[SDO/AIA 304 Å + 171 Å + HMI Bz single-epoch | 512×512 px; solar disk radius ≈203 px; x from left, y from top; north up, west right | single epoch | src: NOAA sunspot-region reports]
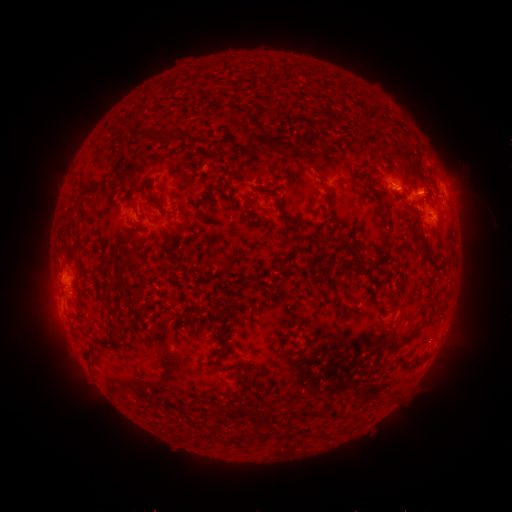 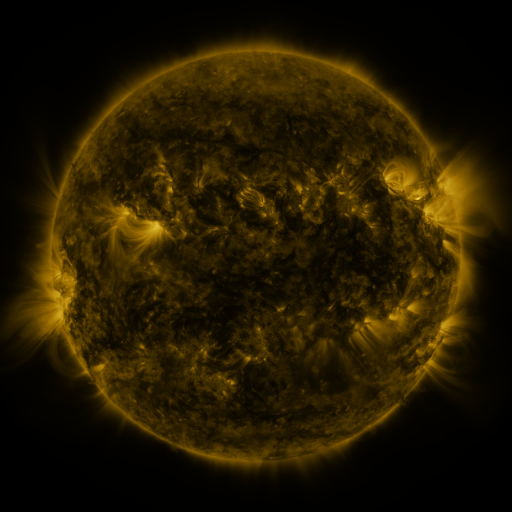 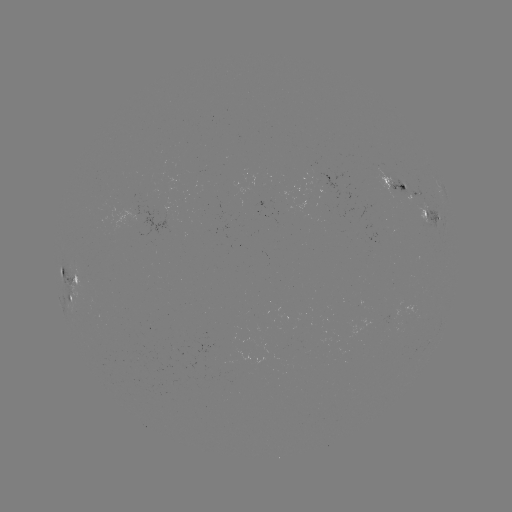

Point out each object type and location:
spotted active region: (392, 180)
spotted active region: (417, 194)
spotted active region: (432, 215)
spotted active region: (67, 279)
spotted active region: (70, 300)
